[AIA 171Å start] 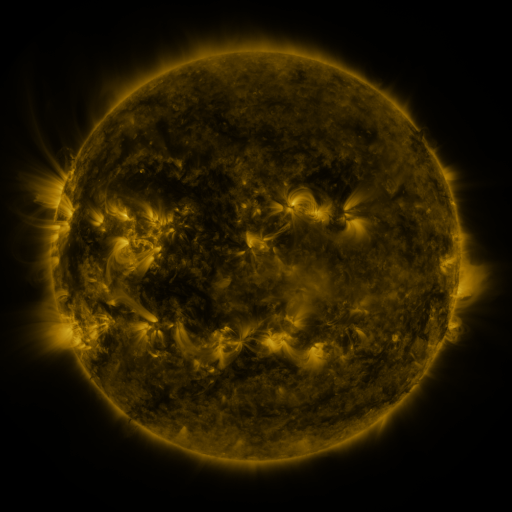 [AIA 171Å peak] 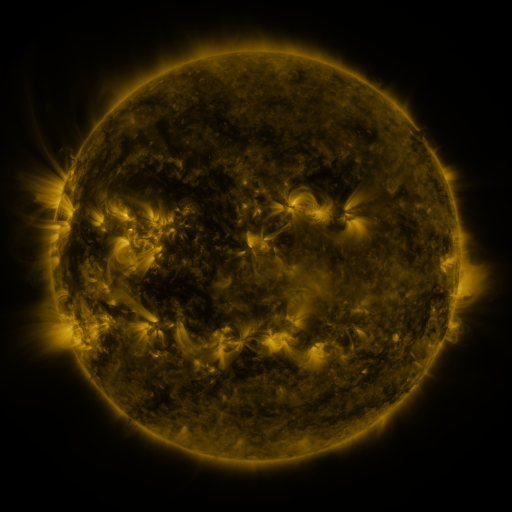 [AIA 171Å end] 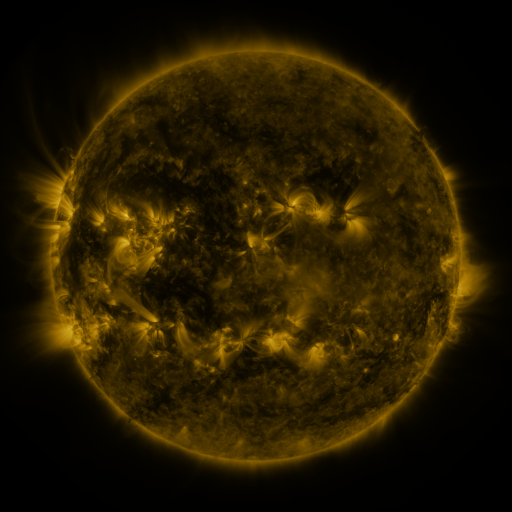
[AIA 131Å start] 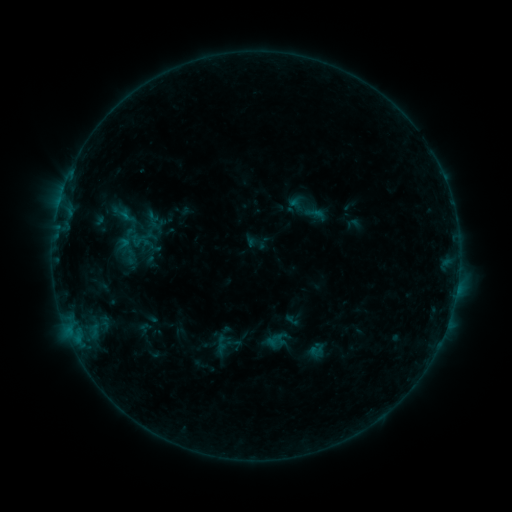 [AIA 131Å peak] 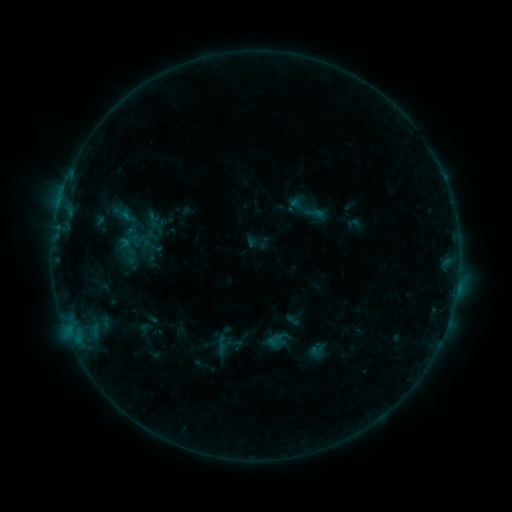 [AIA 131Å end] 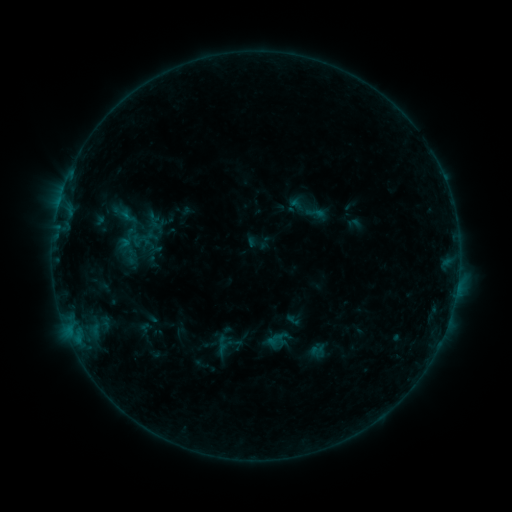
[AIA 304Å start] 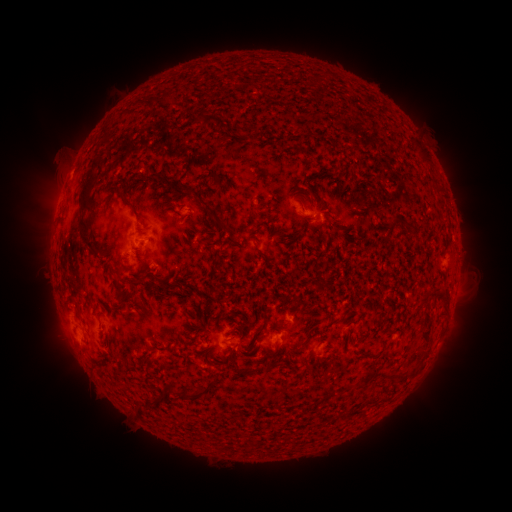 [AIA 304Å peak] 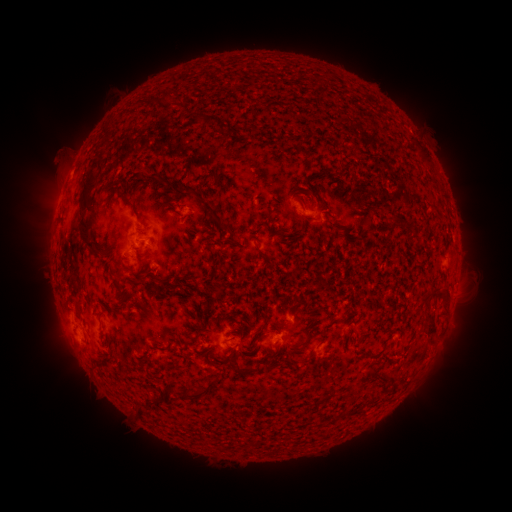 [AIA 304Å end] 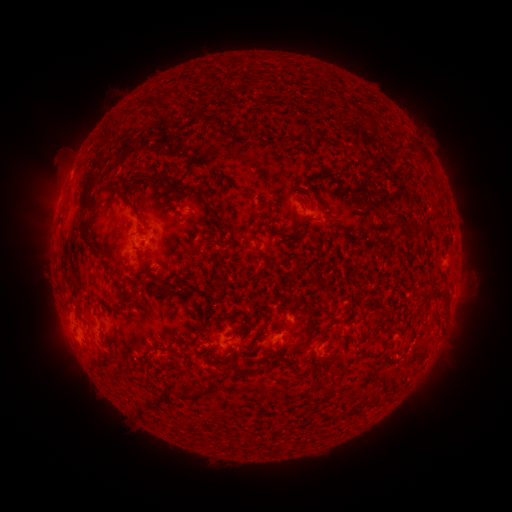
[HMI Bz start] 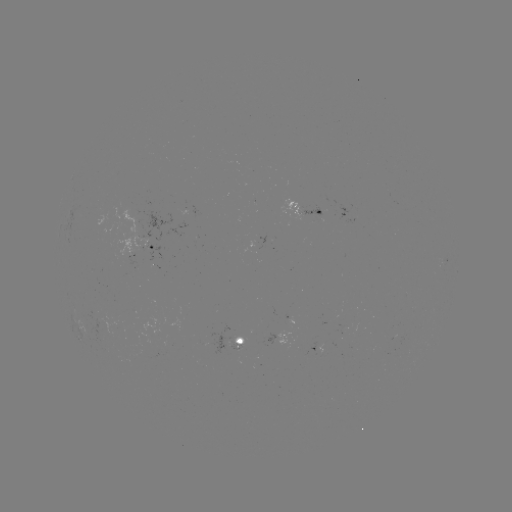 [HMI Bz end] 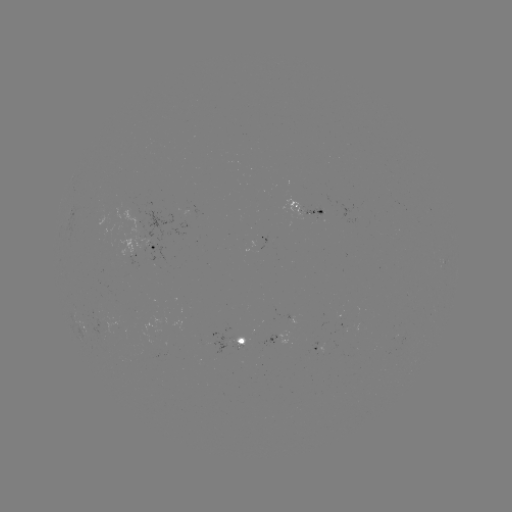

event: eruption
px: (434, 339)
